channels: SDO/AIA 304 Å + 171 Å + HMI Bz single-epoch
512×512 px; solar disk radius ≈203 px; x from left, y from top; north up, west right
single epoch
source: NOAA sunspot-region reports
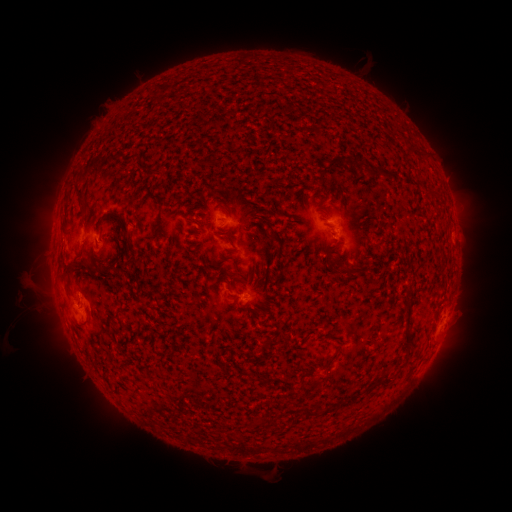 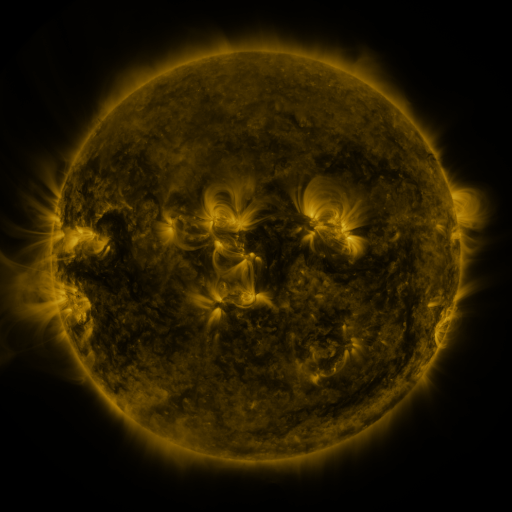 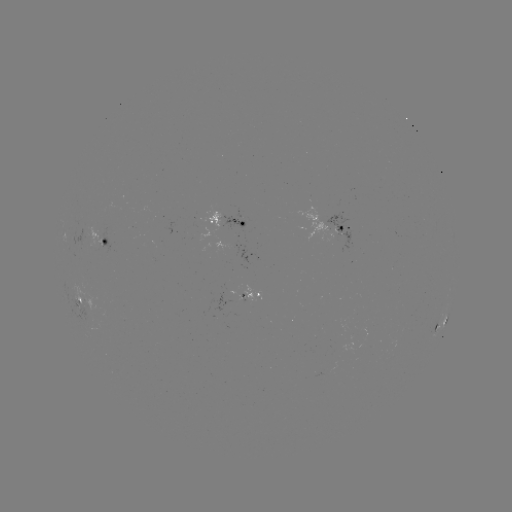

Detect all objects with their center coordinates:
spotted active region: (228, 223)
spotted active region: (336, 231)
spotted active region: (106, 236)
spotted active region: (241, 297)
spotted active region: (80, 299)
spotted active region: (442, 321)
